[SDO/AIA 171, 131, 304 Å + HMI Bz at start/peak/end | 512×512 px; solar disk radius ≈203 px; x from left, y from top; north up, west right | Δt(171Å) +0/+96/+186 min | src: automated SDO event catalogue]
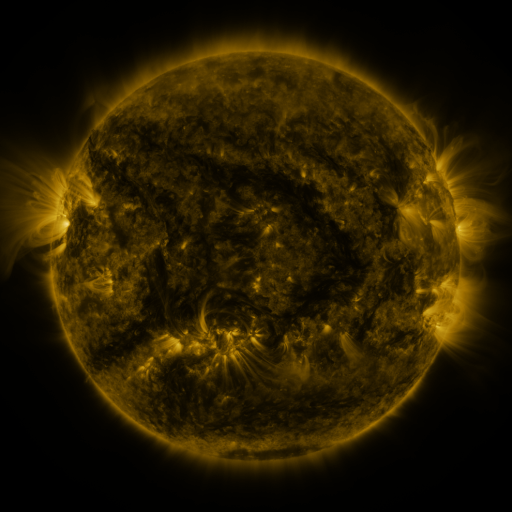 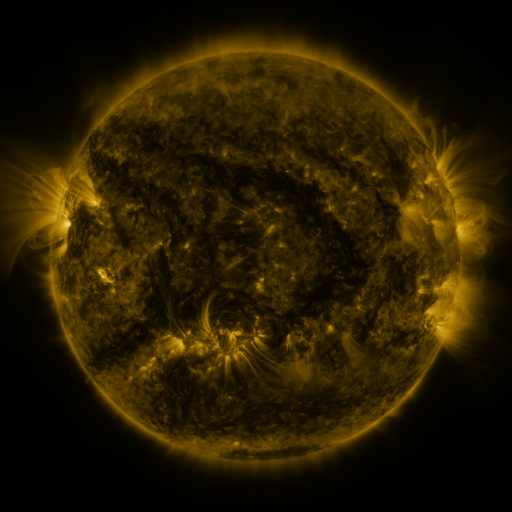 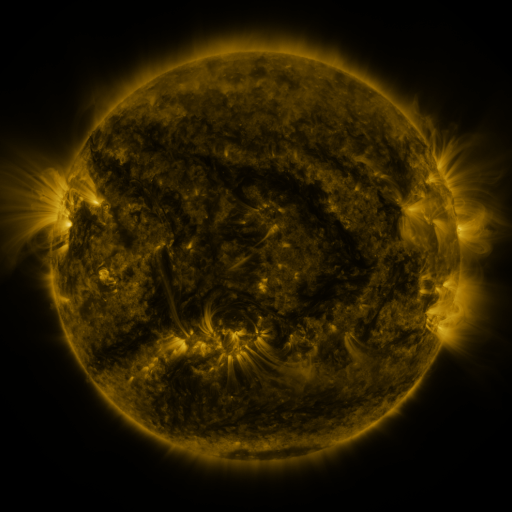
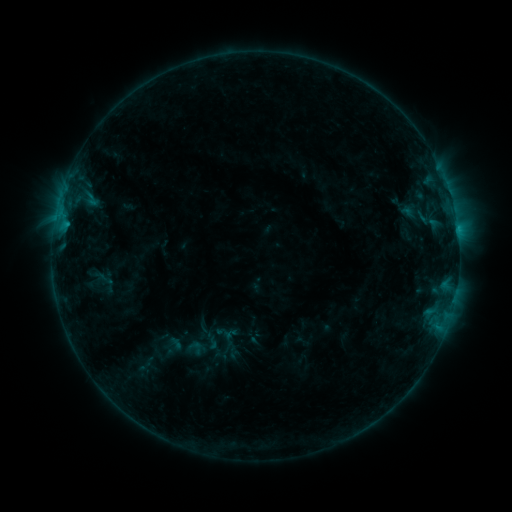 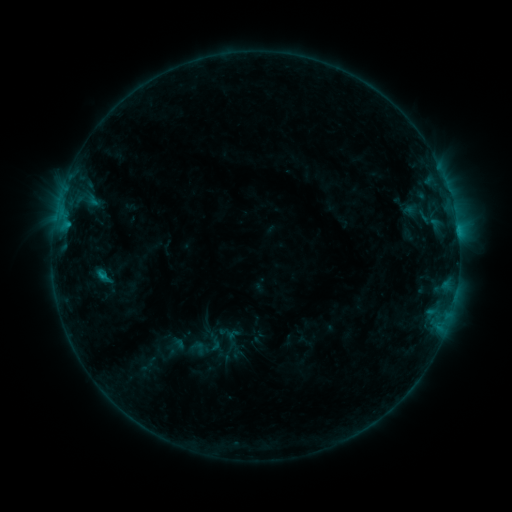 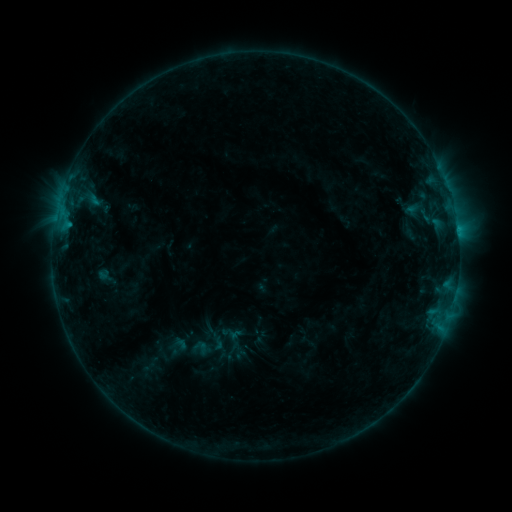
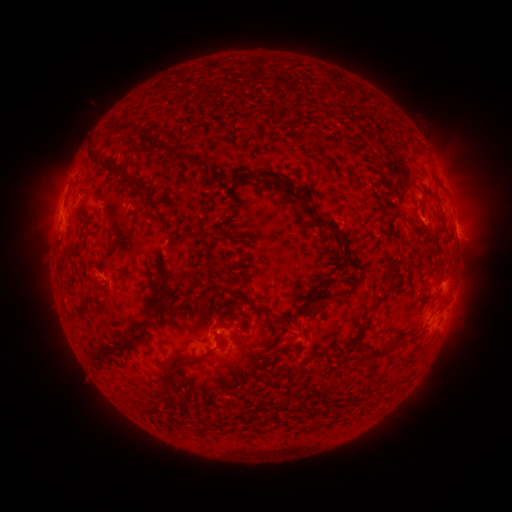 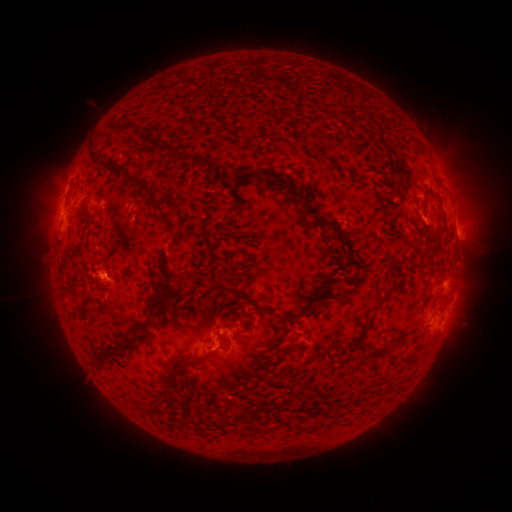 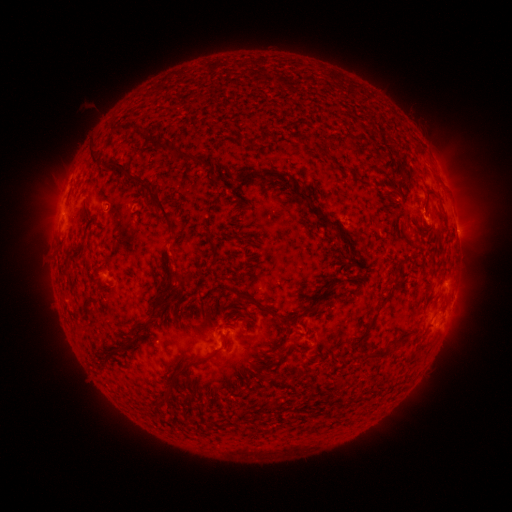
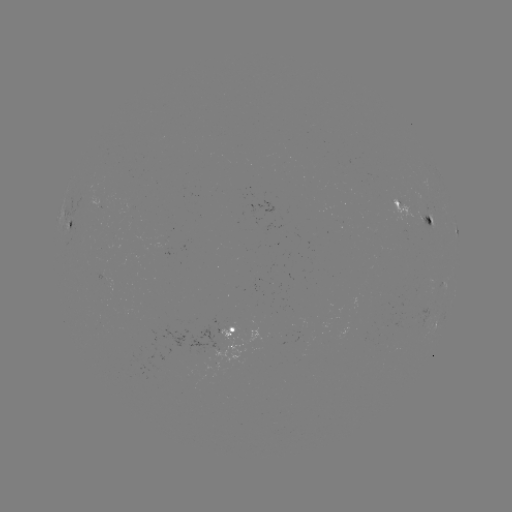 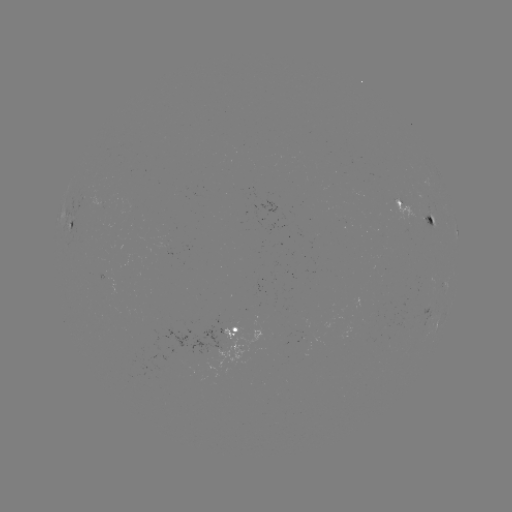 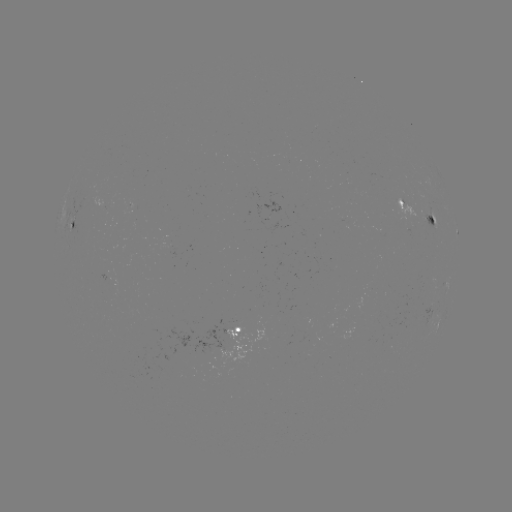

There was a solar filament eruption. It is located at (65, 293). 